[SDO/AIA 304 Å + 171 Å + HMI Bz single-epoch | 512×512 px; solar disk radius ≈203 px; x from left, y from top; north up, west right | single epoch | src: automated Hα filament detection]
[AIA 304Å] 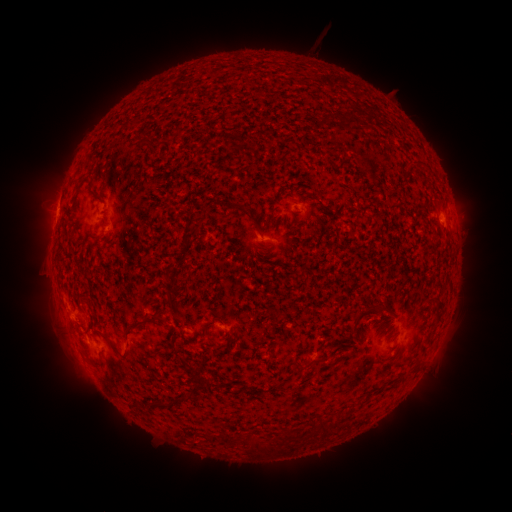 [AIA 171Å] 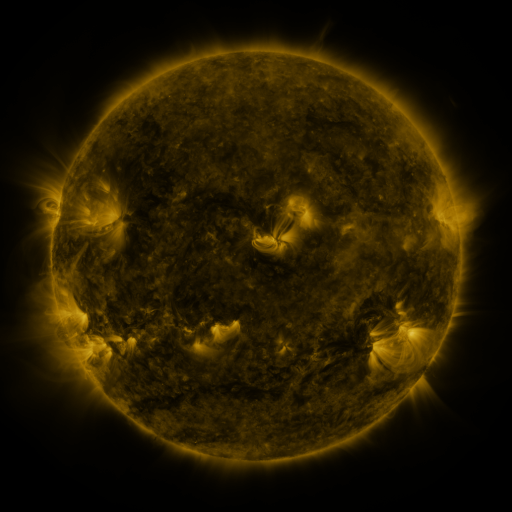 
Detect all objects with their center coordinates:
filament: <bbox>180, 112, 187, 121</bbox>
filament: <bbox>127, 119, 138, 130</bbox>
filament: <bbox>139, 138, 151, 146</bbox>
filament: <bbox>180, 235, 191, 249</bbox>
filament: <bbox>261, 243, 271, 250</bbox>
filament: <bbox>429, 292, 440, 298</bbox>
filament: <bbox>164, 295, 174, 308</bbox>
filament: <bbox>375, 302, 389, 311</bbox>
filament: <bbox>125, 321, 145, 333</bbox>
filament: <bbox>204, 321, 211, 334</bbox>
filament: <bbox>104, 334, 121, 355</bbox>
filament: <bbox>308, 355, 329, 366</bbox>
filament: <bbox>180, 356, 187, 366</bbox>
filament: <bbox>293, 362, 306, 376</bbox>
filament: <bbox>178, 392, 192, 403</bbox>
filament: <bbox>155, 398, 173, 409</bbox>
filament: <bbox>320, 417, 332, 437</bbox>
filament: <bbox>220, 432, 233, 442</bbox>
filament: <bbox>249, 434, 275, 454</bbox>
